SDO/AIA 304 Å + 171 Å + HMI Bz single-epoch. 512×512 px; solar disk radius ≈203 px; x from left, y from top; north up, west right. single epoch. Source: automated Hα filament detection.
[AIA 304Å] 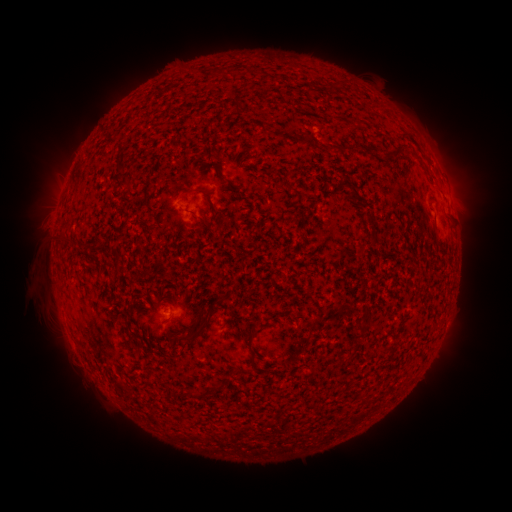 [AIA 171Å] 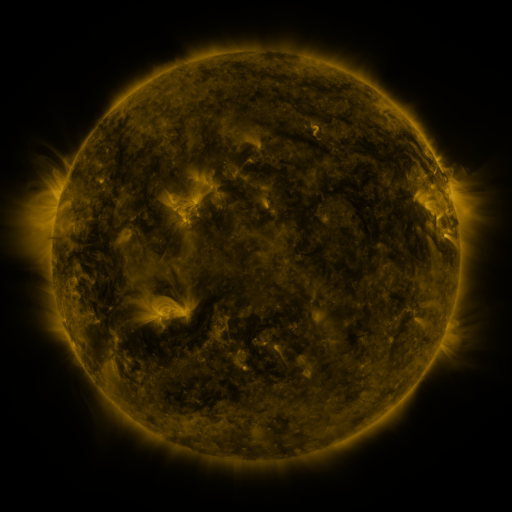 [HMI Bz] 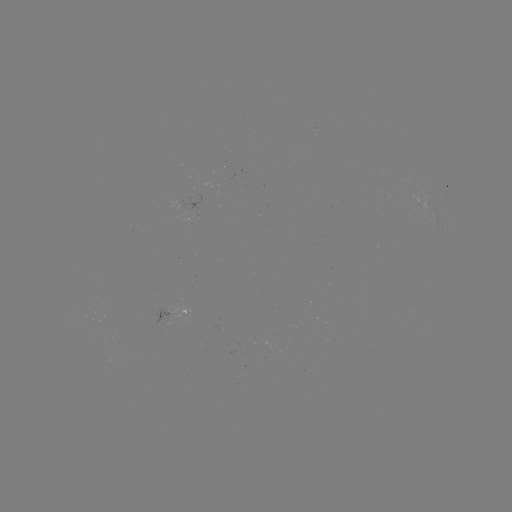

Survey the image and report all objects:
filament: [262, 90, 271, 99]
filament: [236, 98, 242, 110]
filament: [329, 143, 352, 153]
filament: [214, 164, 241, 192]
filament: [348, 185, 360, 201]
filament: [186, 187, 203, 195]
filament: [211, 204, 222, 217]
filament: [58, 231, 65, 240]
filament: [184, 315, 210, 343]
filament: [353, 331, 366, 341]
filament: [247, 350, 255, 367]
filament: [185, 388, 195, 399]
filament: [356, 397, 368, 404]
